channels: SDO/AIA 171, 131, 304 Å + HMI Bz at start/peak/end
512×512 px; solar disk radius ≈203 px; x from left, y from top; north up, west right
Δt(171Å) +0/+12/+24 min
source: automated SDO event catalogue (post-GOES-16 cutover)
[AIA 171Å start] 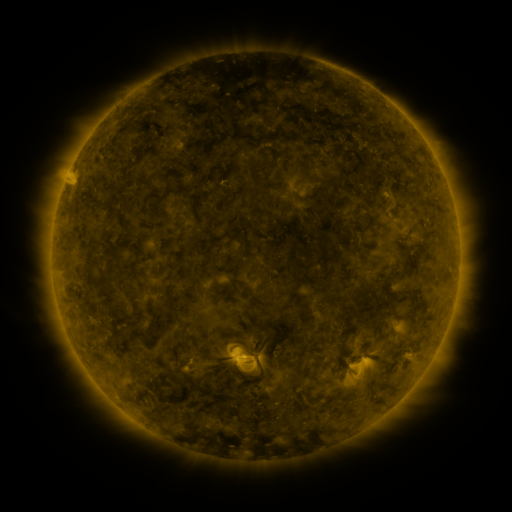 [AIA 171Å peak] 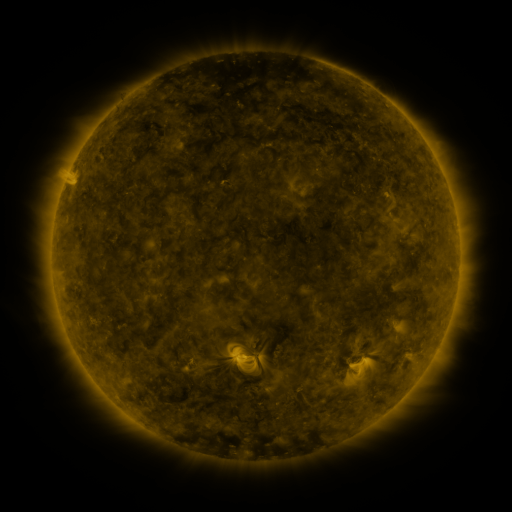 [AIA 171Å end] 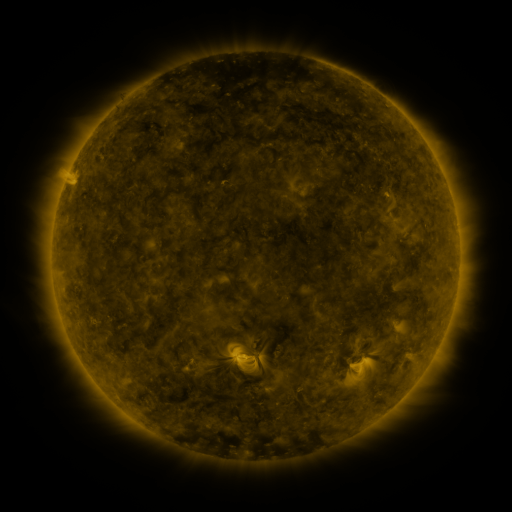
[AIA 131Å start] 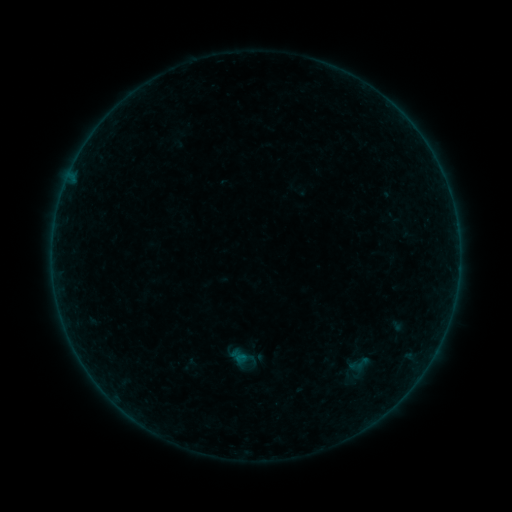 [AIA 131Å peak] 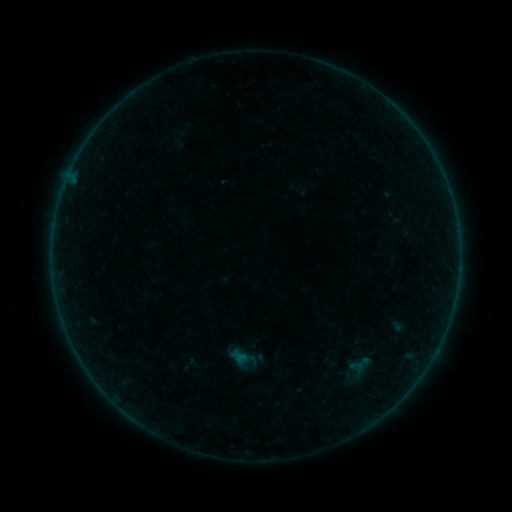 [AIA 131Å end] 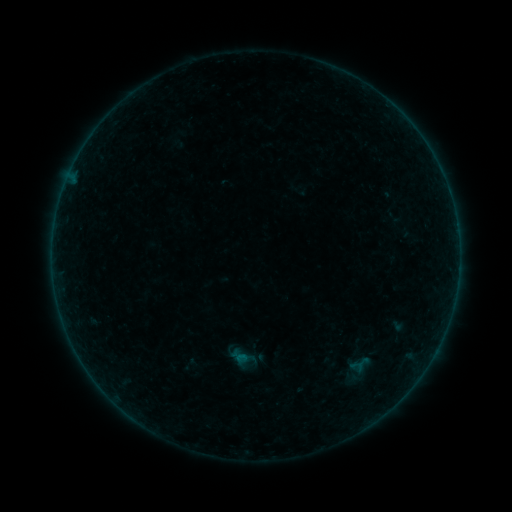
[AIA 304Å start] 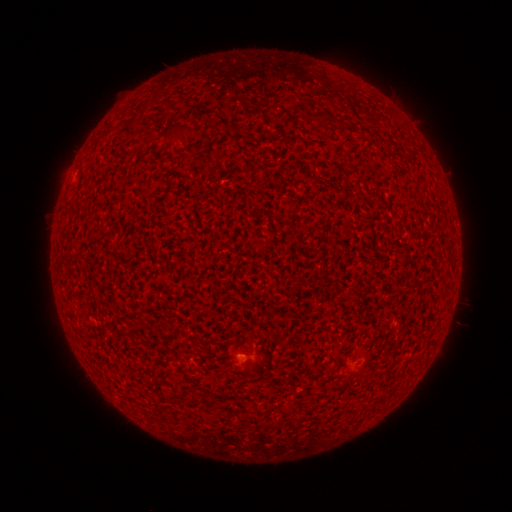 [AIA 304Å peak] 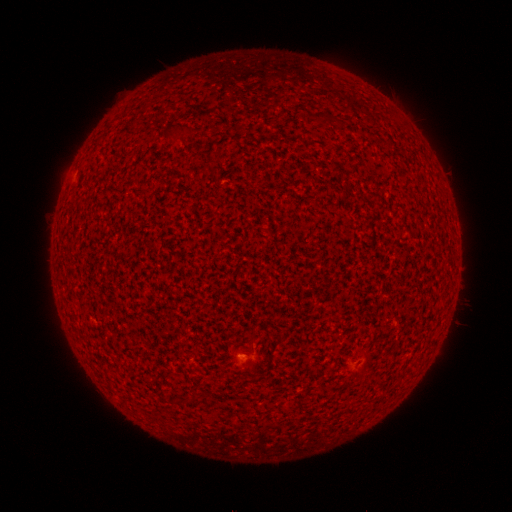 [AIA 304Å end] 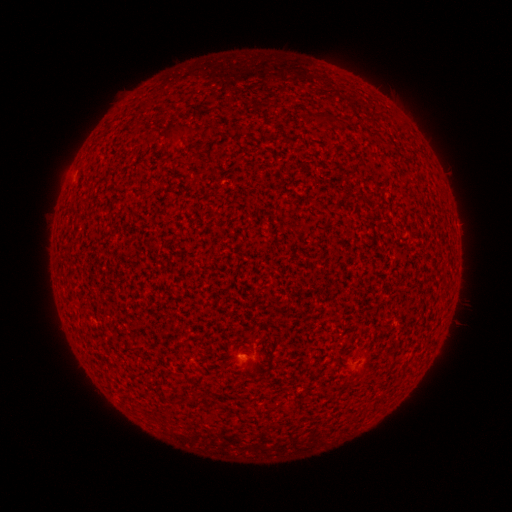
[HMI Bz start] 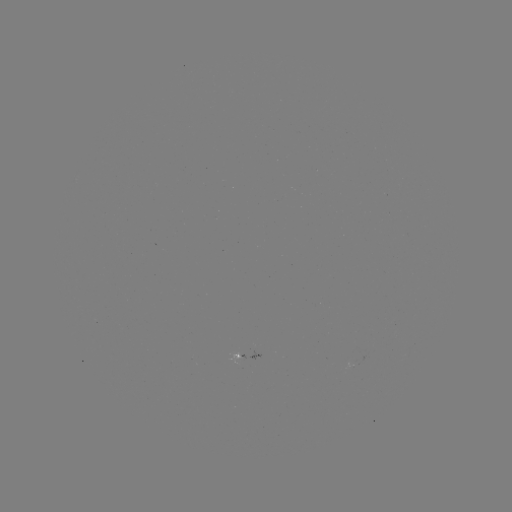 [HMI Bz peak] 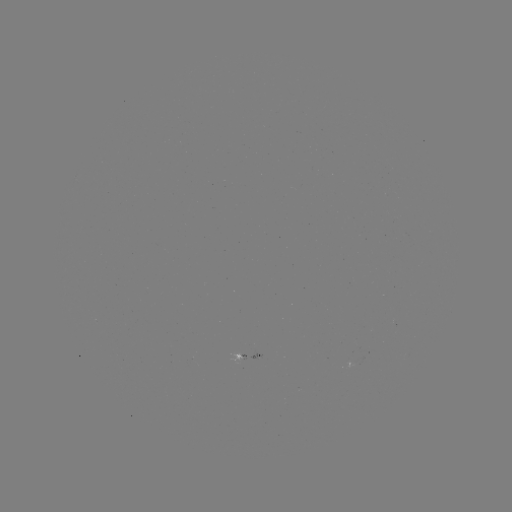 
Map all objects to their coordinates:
A3.0 flare: (243, 358)
